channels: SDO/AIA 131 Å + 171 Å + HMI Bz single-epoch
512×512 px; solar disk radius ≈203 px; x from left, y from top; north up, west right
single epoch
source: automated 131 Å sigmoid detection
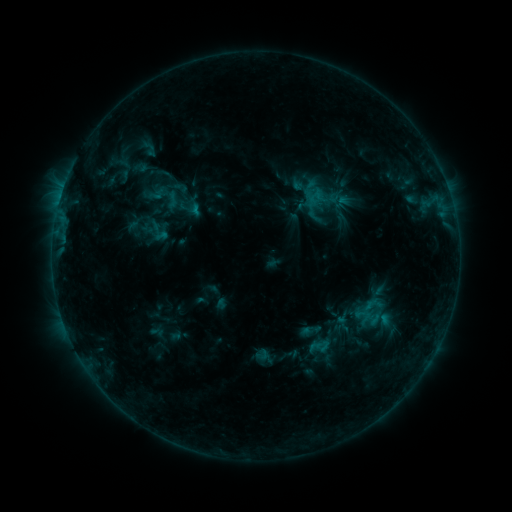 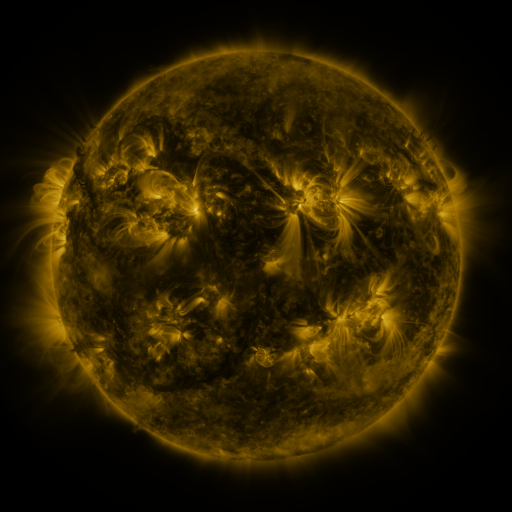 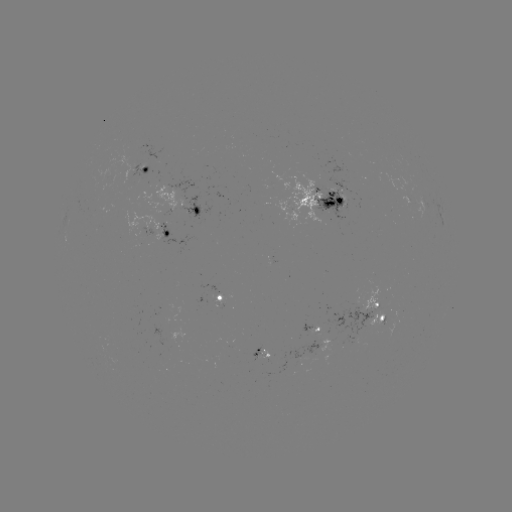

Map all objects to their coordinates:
sigmoid: (150, 149)
sigmoid: (172, 200)
